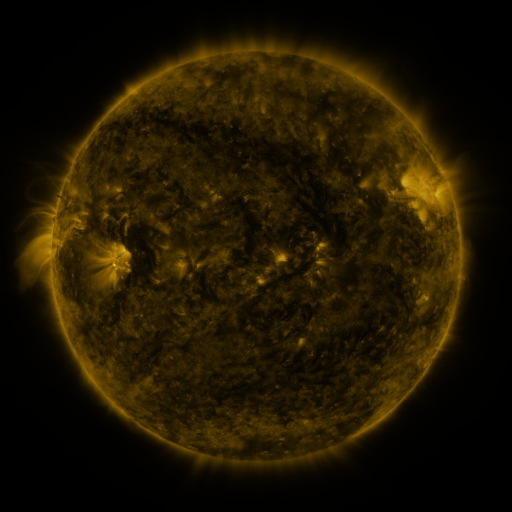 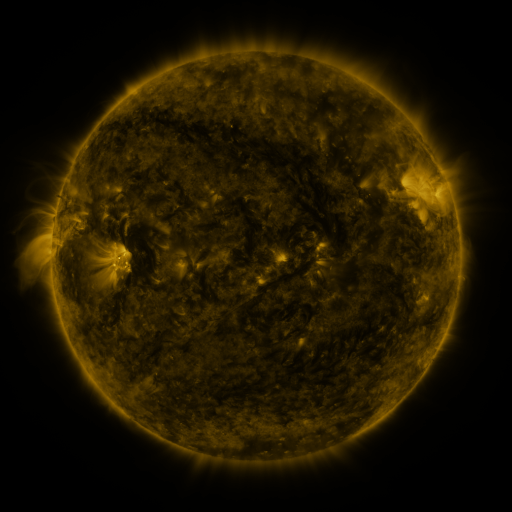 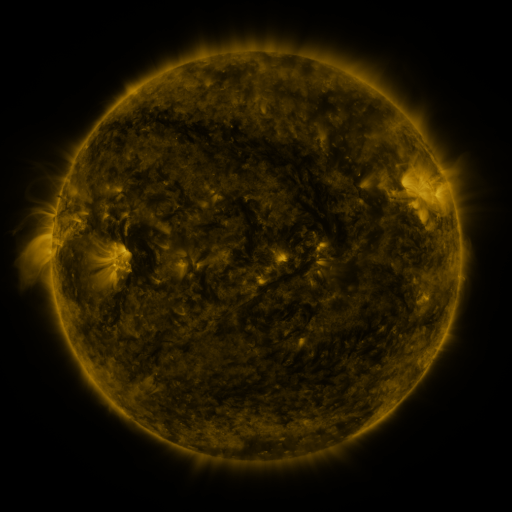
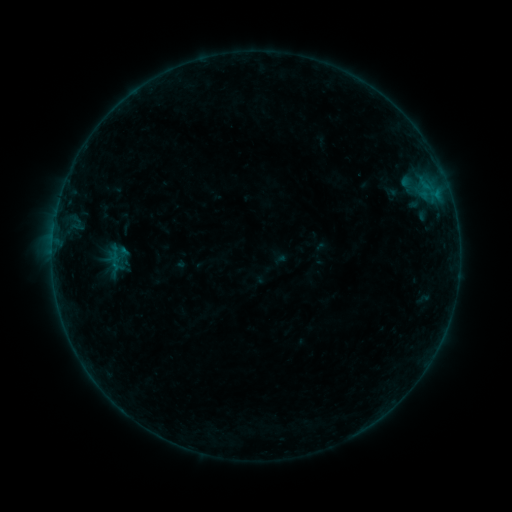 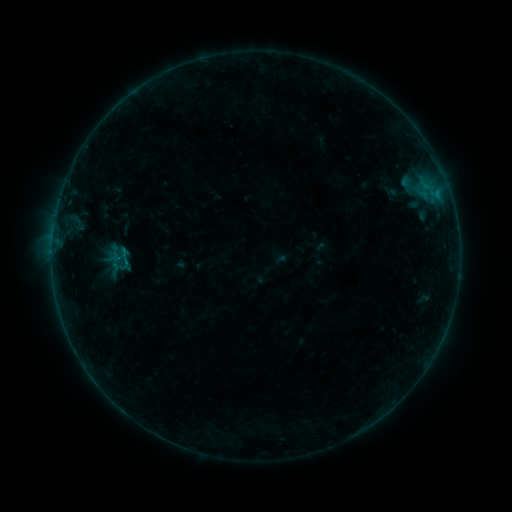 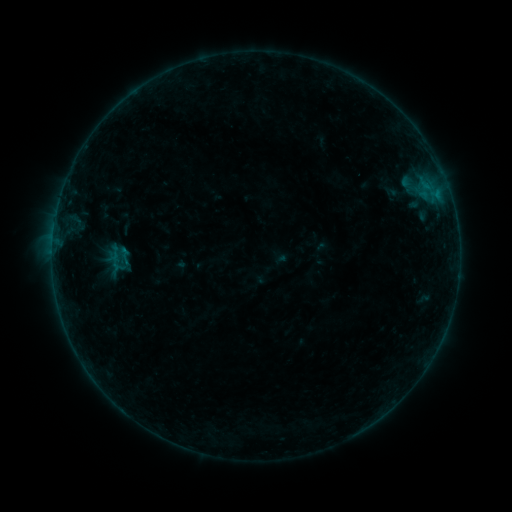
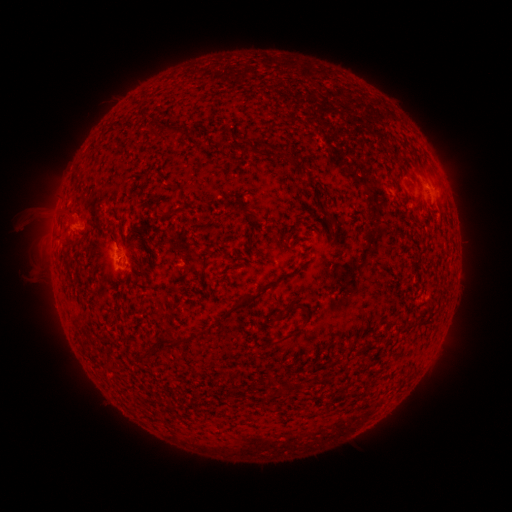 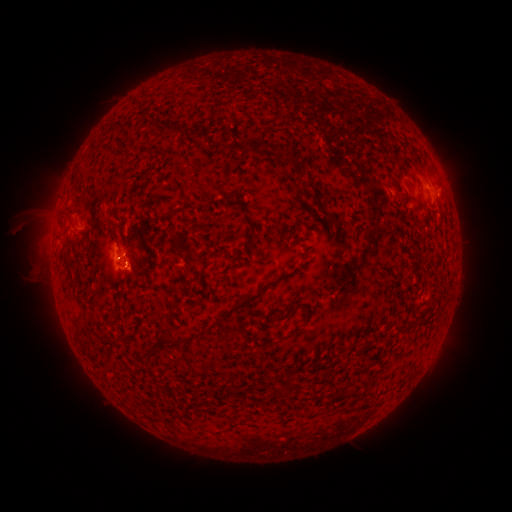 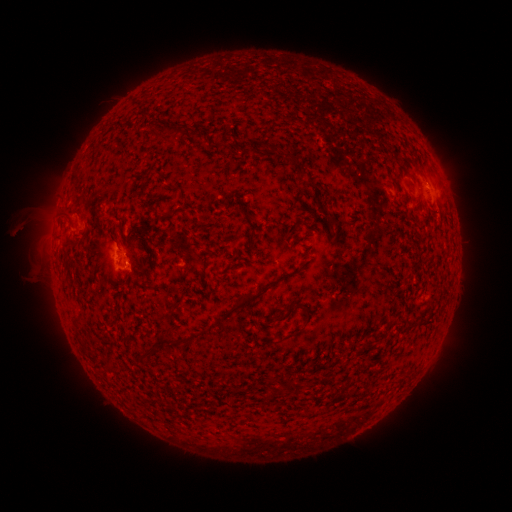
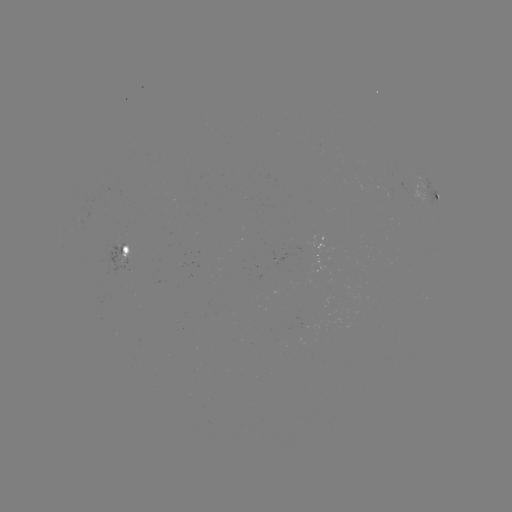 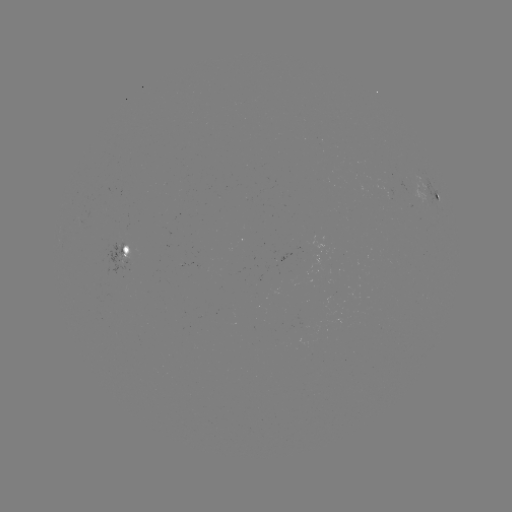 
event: flare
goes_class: B1.7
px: (125, 258)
